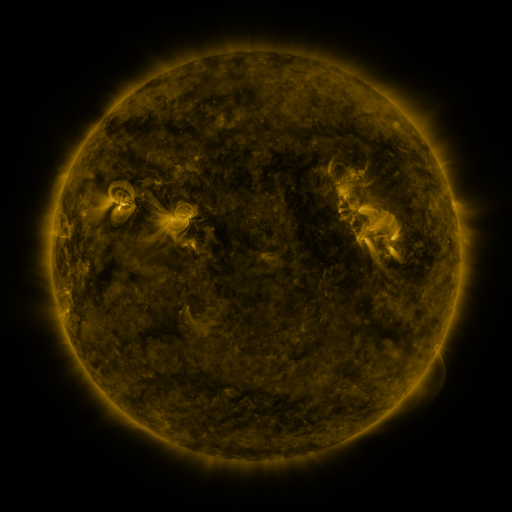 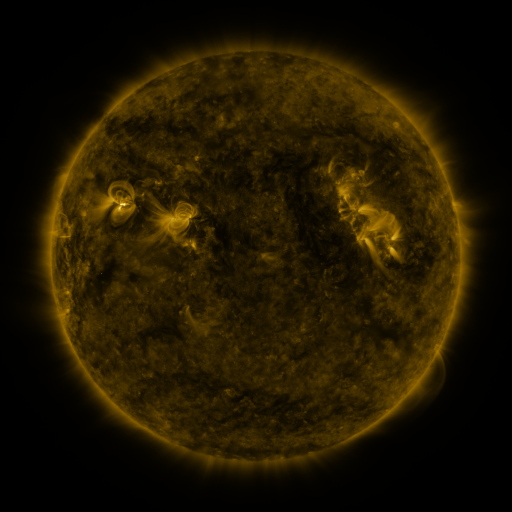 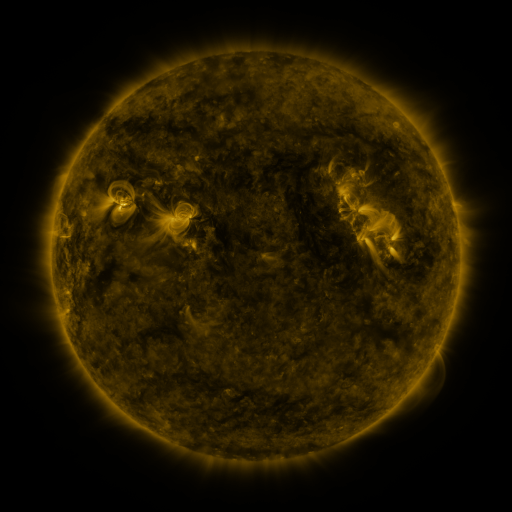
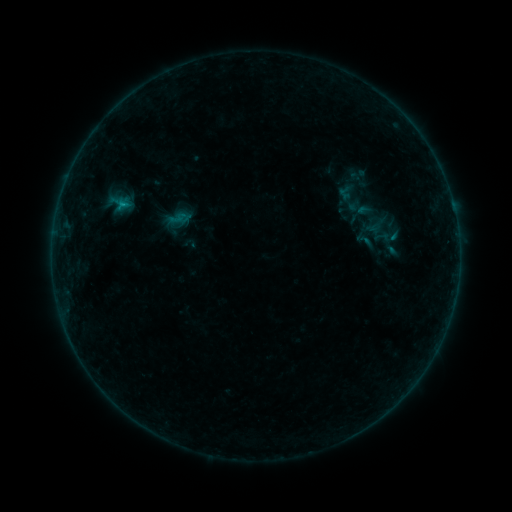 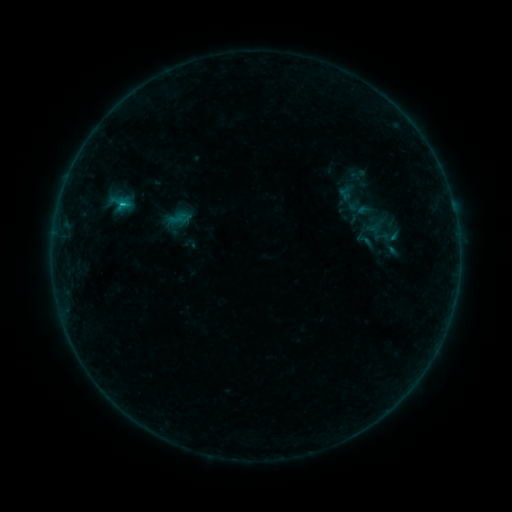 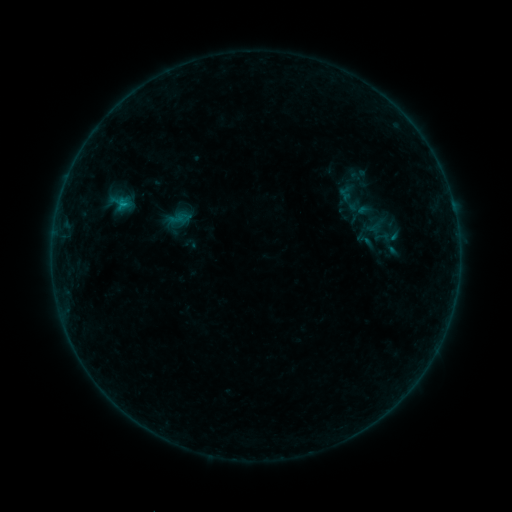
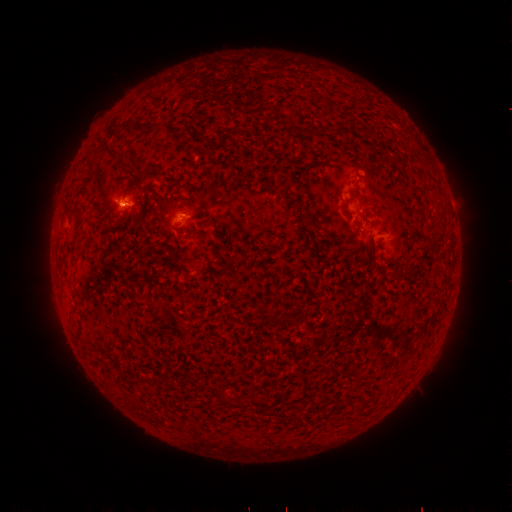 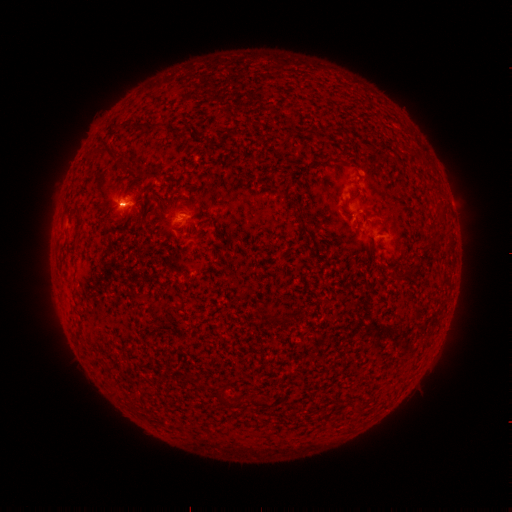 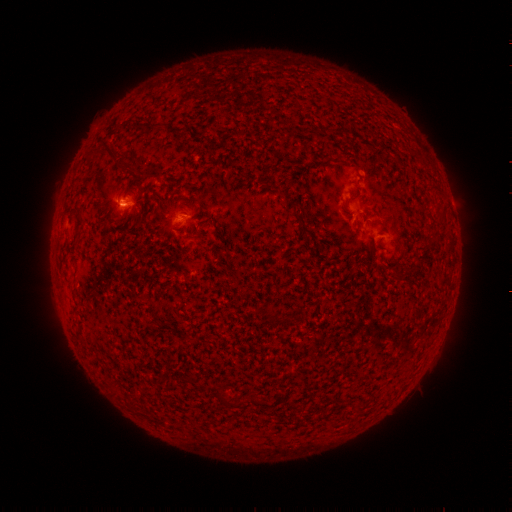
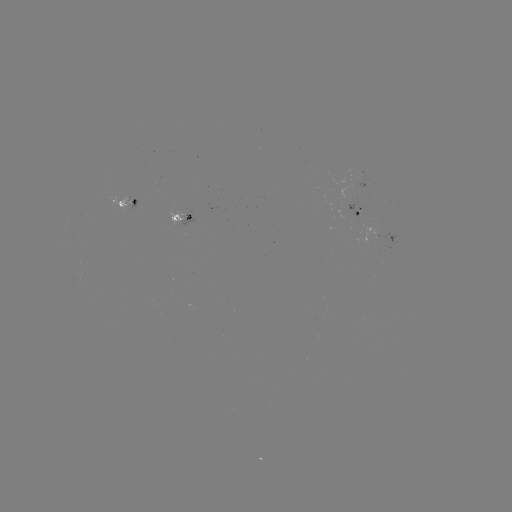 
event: flare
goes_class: B5.1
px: (124, 207)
